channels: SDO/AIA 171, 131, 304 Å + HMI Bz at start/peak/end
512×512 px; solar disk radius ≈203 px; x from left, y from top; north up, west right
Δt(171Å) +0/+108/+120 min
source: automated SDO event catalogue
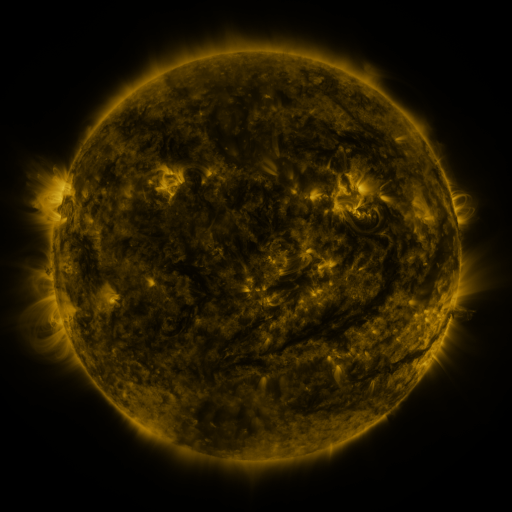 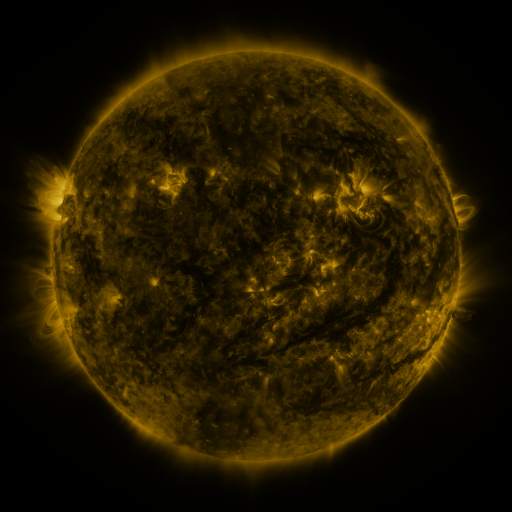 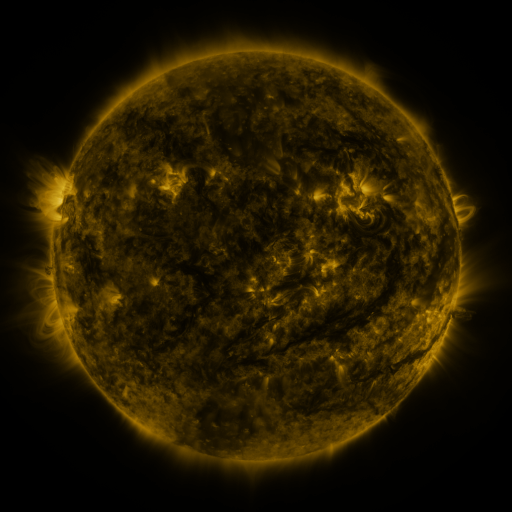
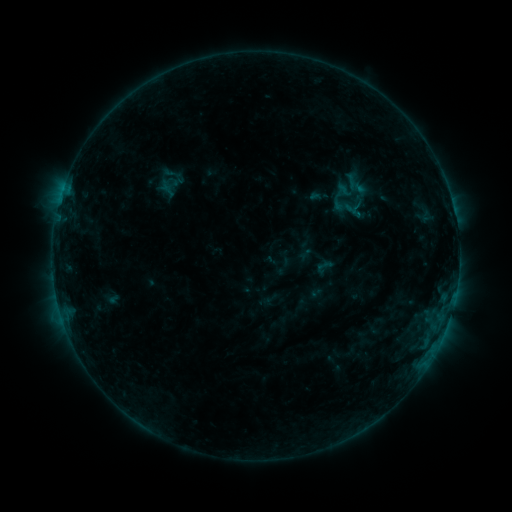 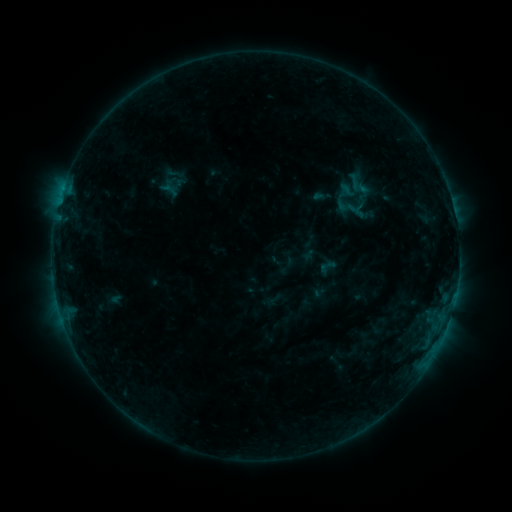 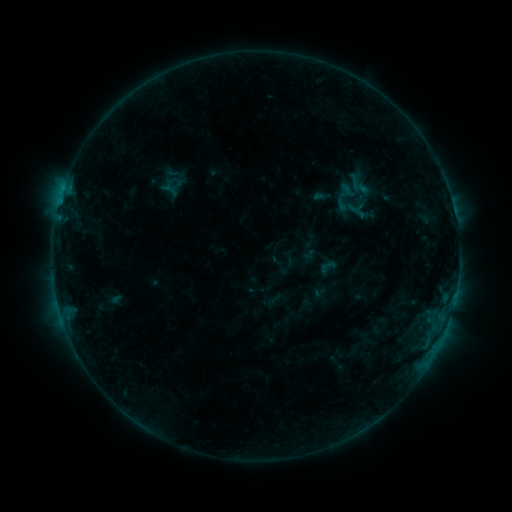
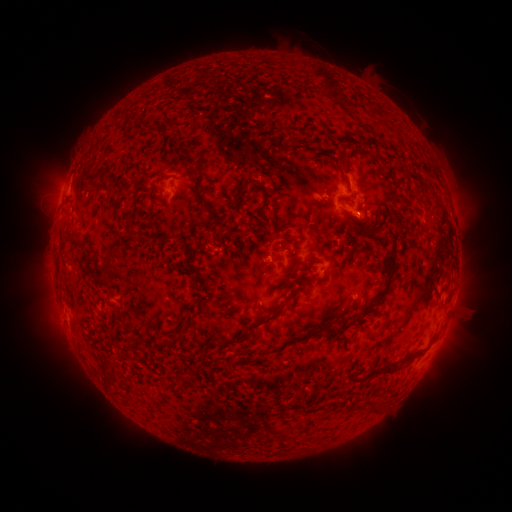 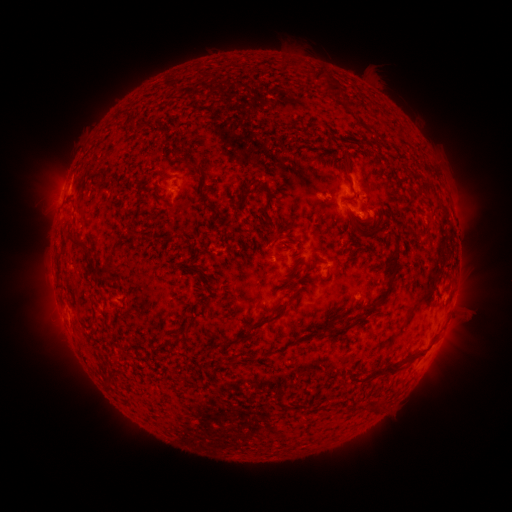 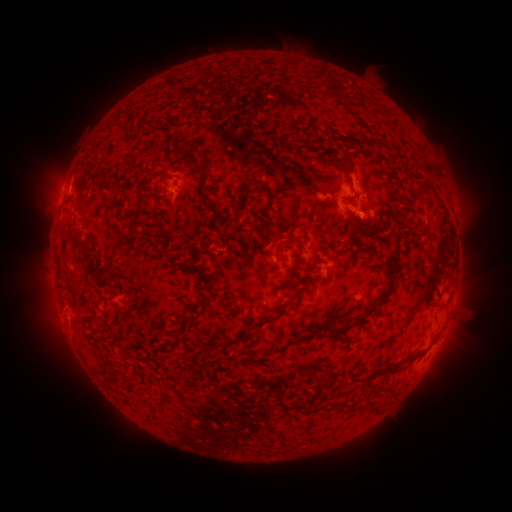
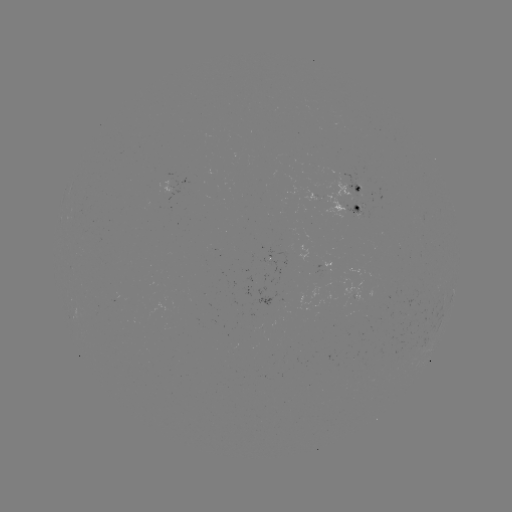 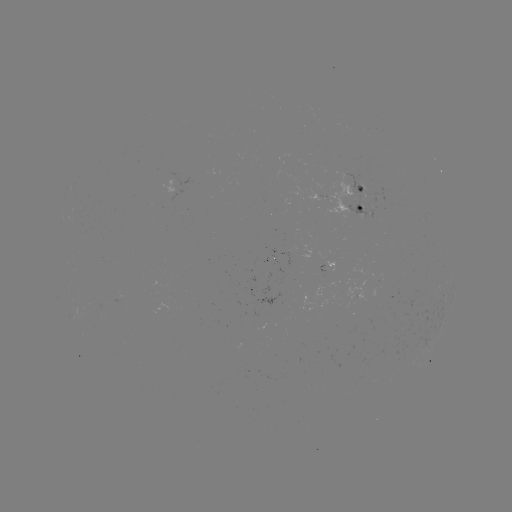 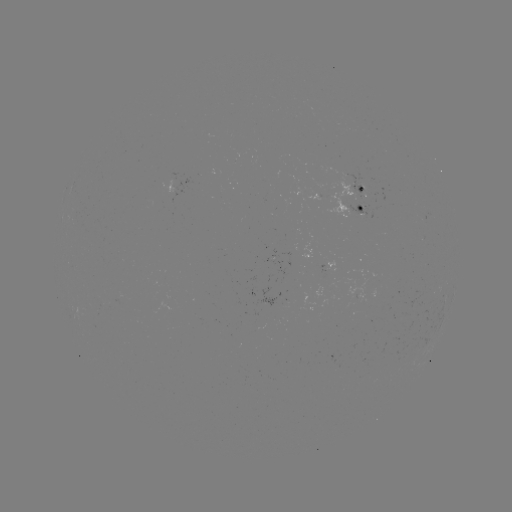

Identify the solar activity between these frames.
emerging-flux region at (356, 294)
